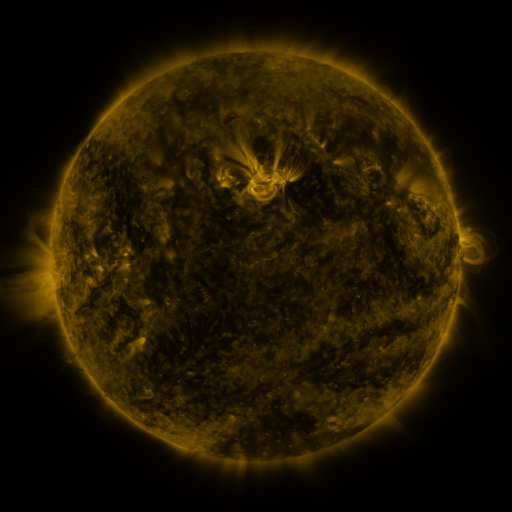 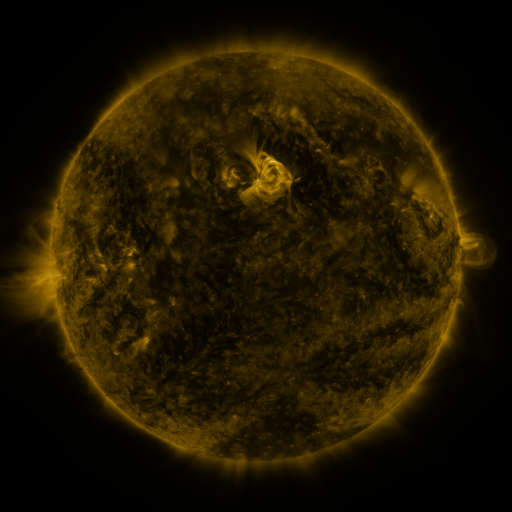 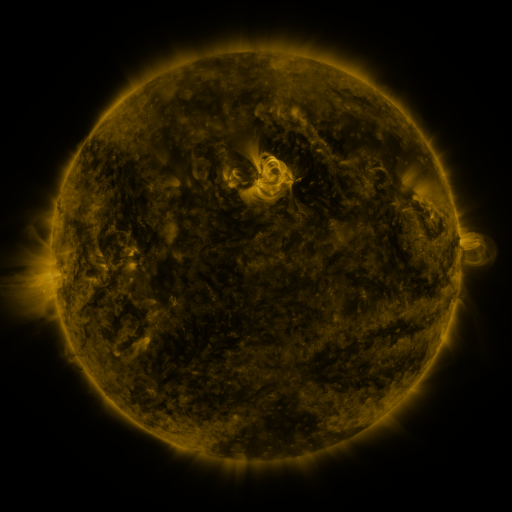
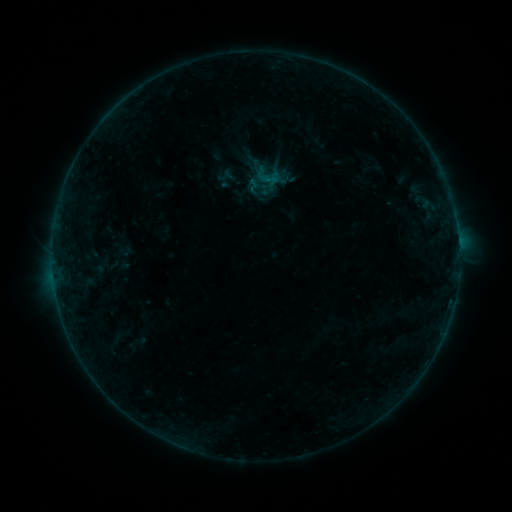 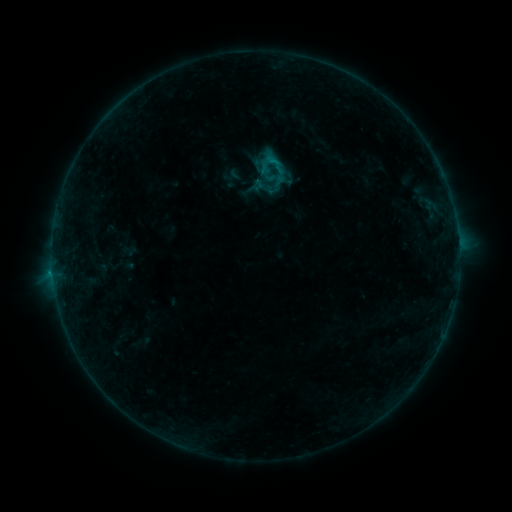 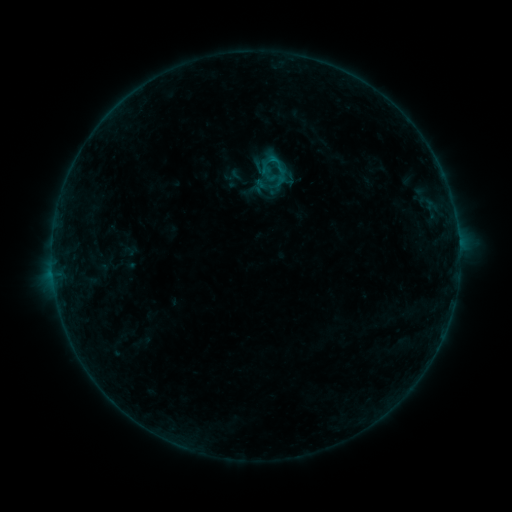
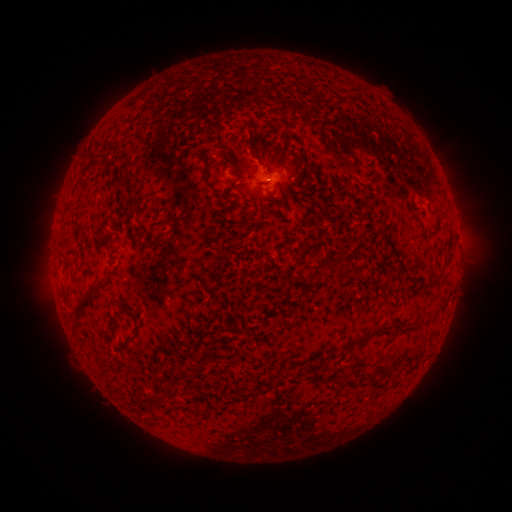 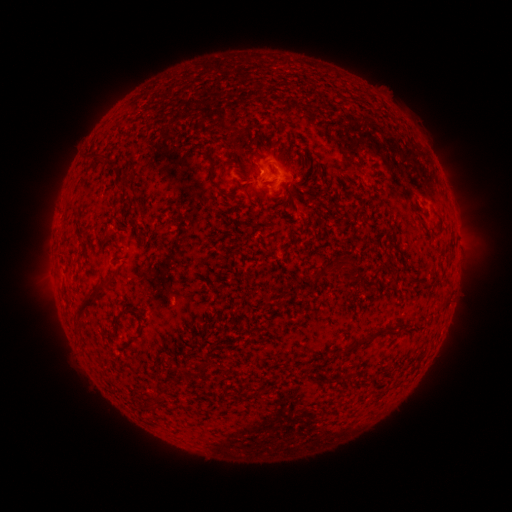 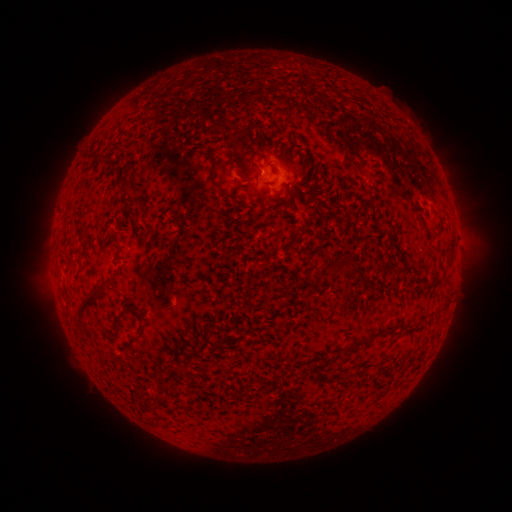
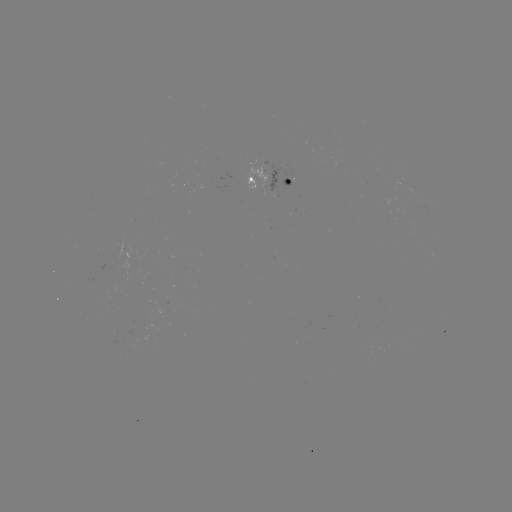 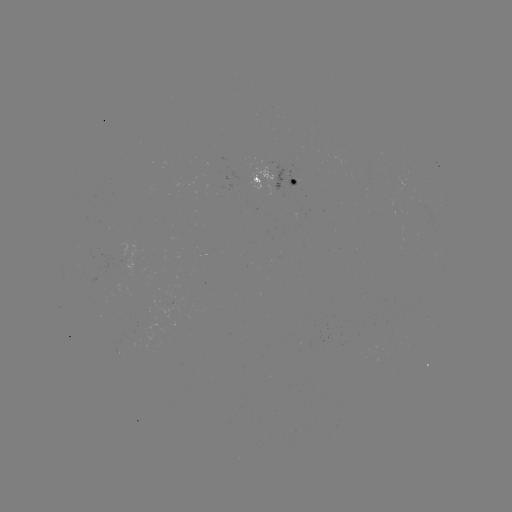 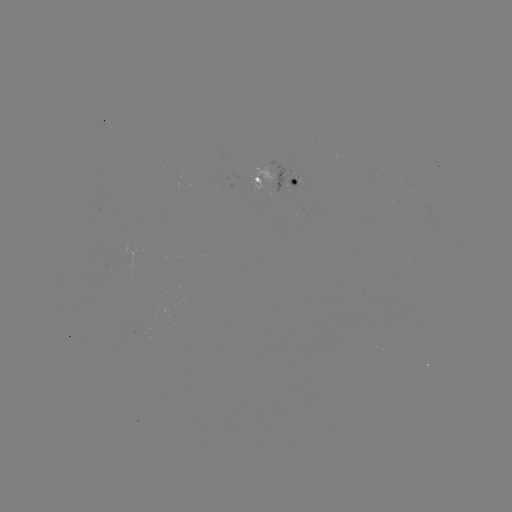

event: emerging-flux region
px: (117, 351)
